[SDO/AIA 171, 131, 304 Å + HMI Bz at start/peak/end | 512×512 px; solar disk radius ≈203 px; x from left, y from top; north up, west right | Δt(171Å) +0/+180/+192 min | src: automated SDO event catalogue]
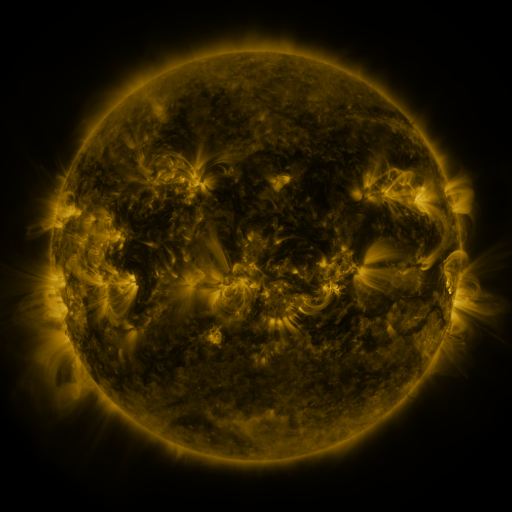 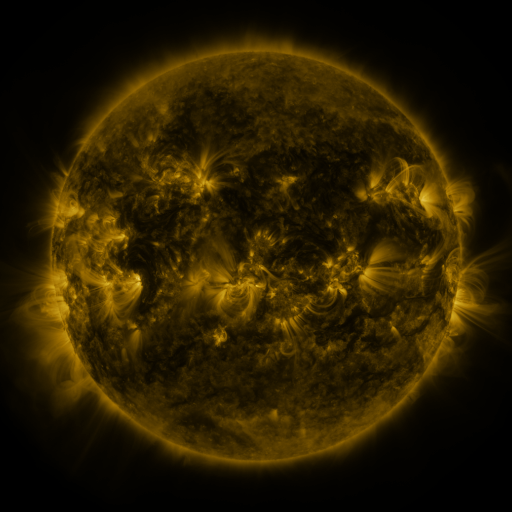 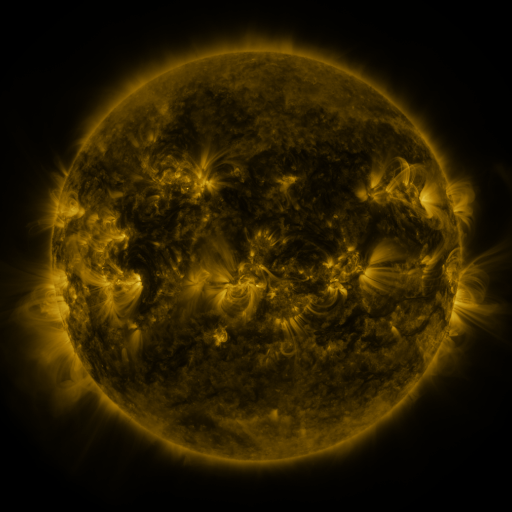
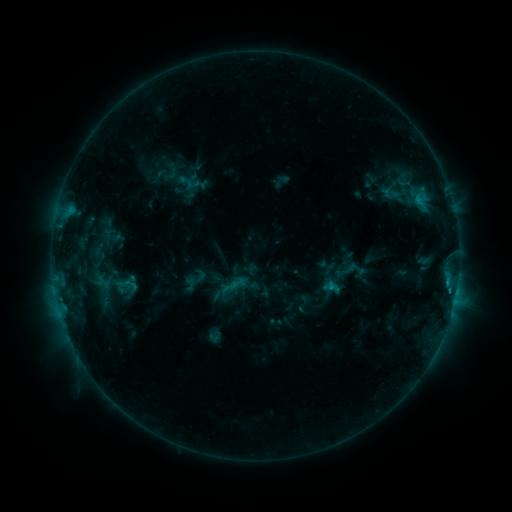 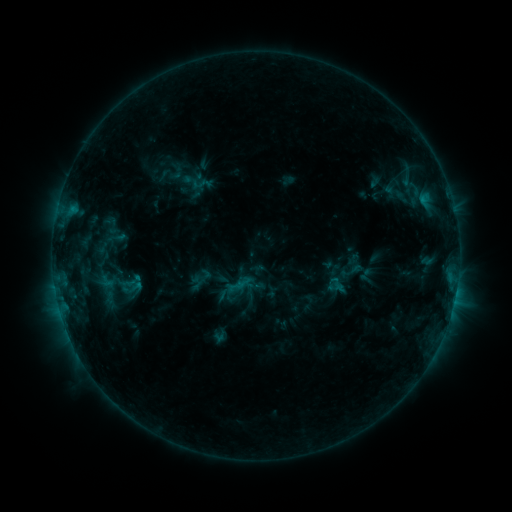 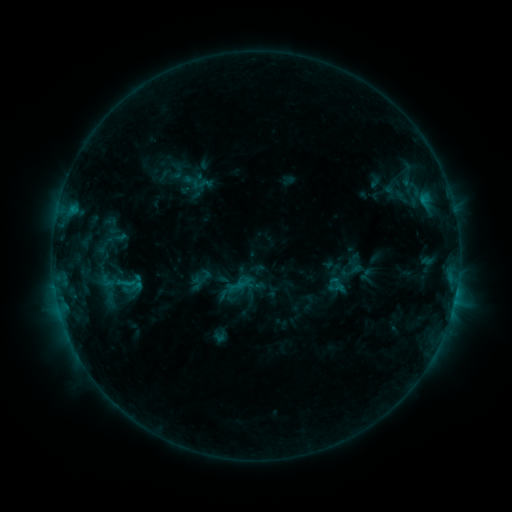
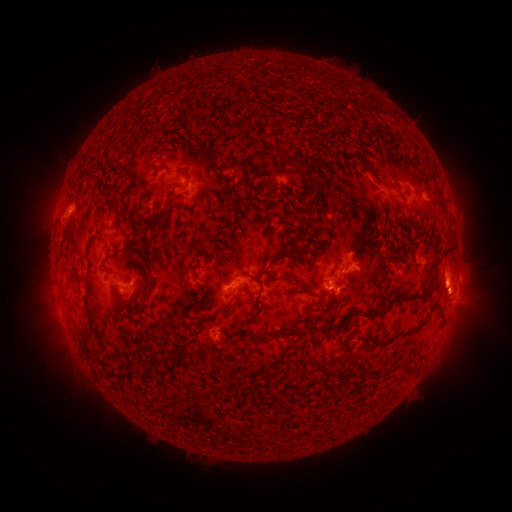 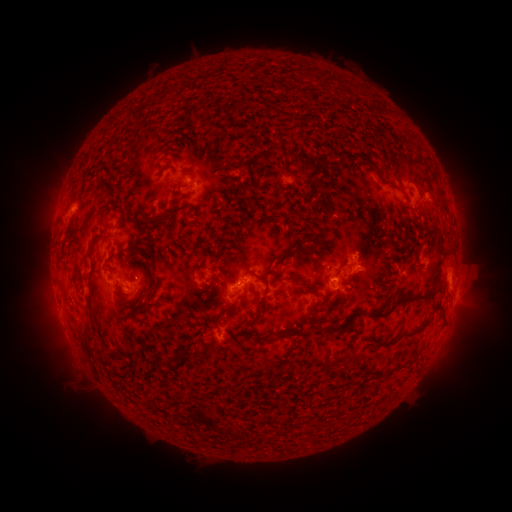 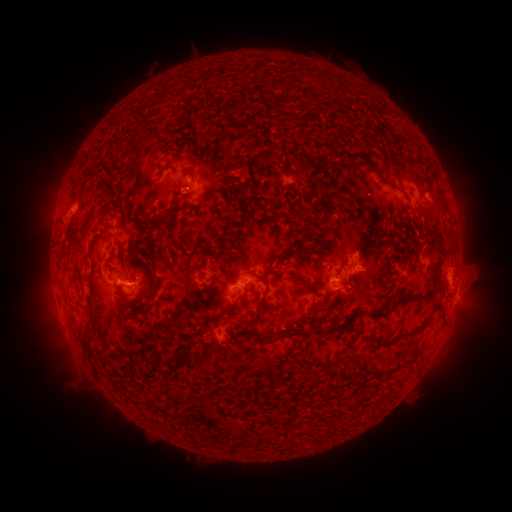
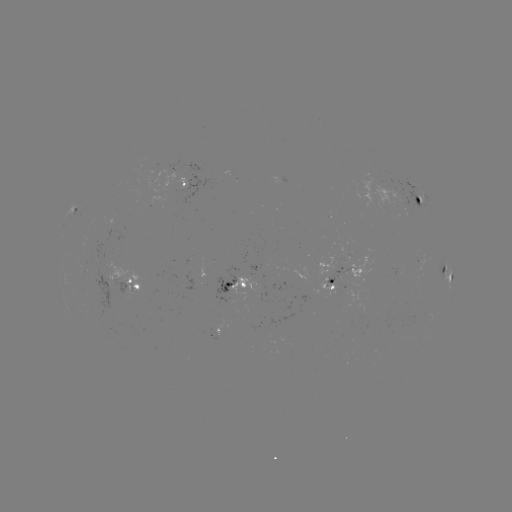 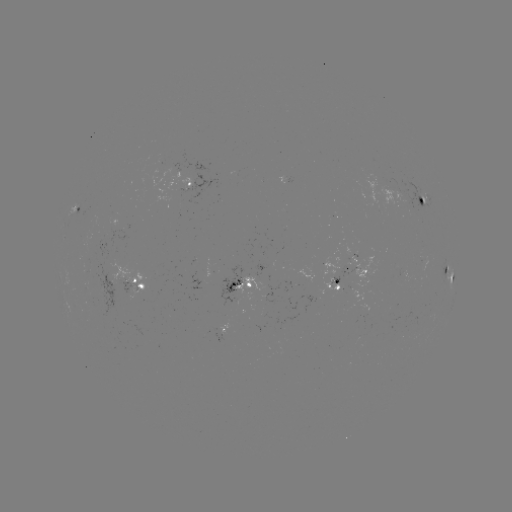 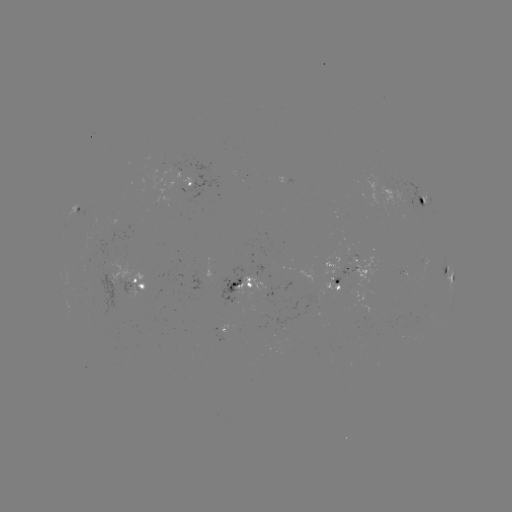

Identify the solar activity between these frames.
emerging-flux region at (234, 288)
